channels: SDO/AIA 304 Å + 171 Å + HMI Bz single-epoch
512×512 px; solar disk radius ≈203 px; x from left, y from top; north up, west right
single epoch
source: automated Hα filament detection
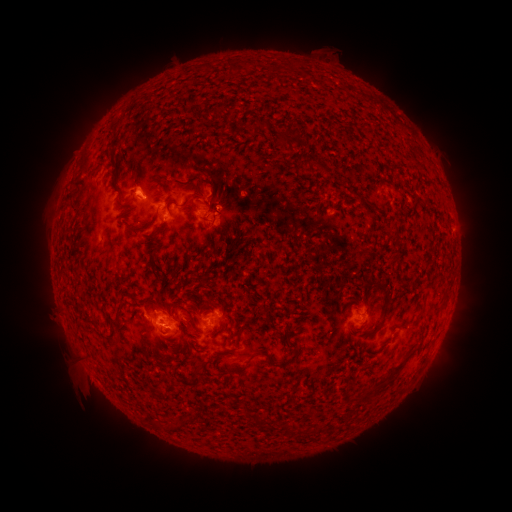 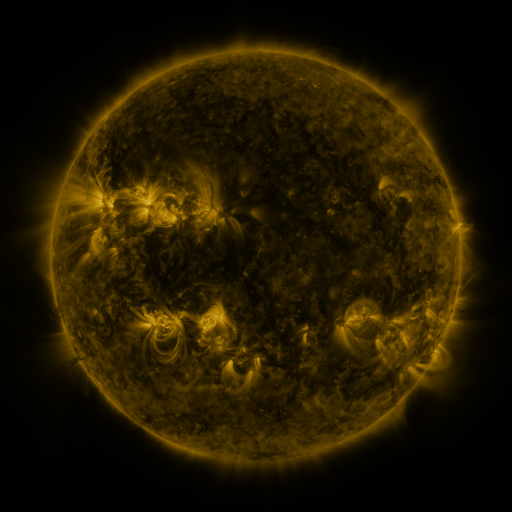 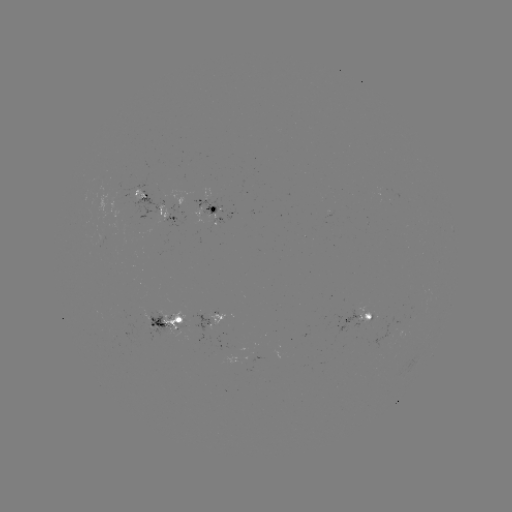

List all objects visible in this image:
filament: (263, 124)
filament: (292, 138)
filament: (315, 164)
filament: (363, 201)
filament: (135, 229)
filament: (200, 311)
filament: (379, 326)
filament: (260, 351)
filament: (395, 371)
filament: (284, 429)
